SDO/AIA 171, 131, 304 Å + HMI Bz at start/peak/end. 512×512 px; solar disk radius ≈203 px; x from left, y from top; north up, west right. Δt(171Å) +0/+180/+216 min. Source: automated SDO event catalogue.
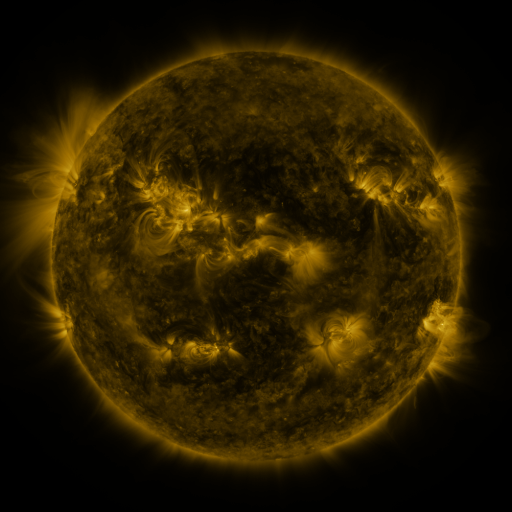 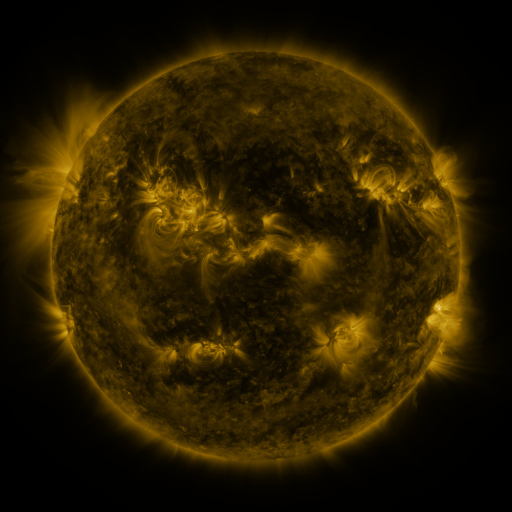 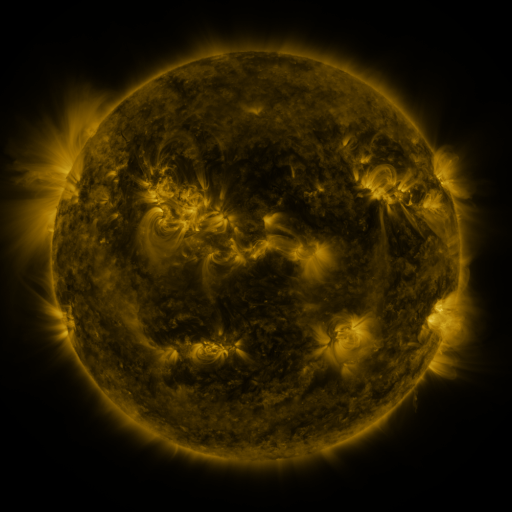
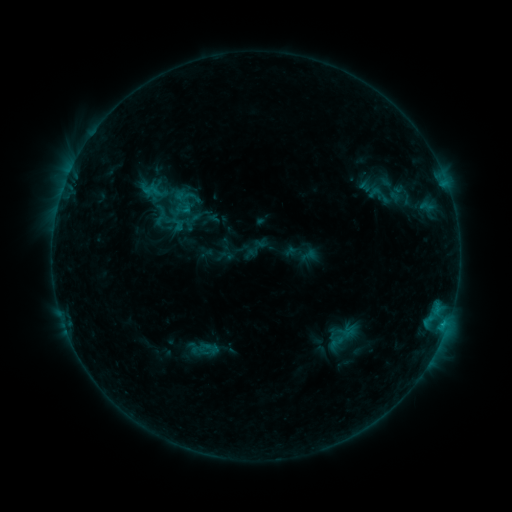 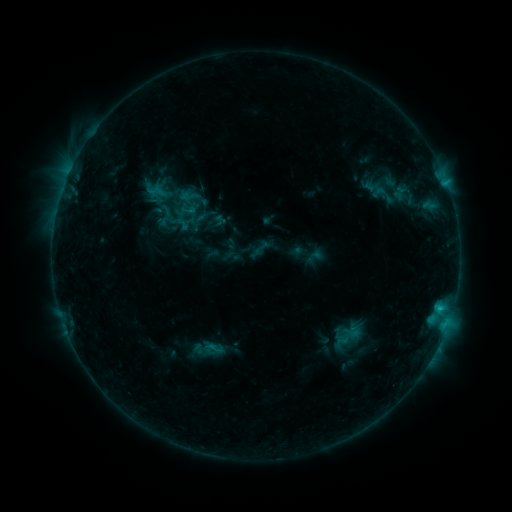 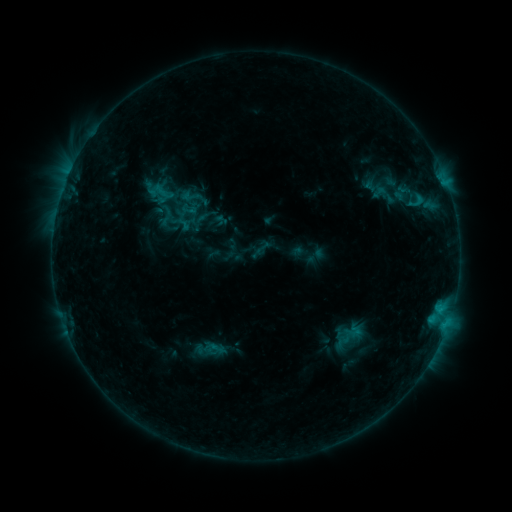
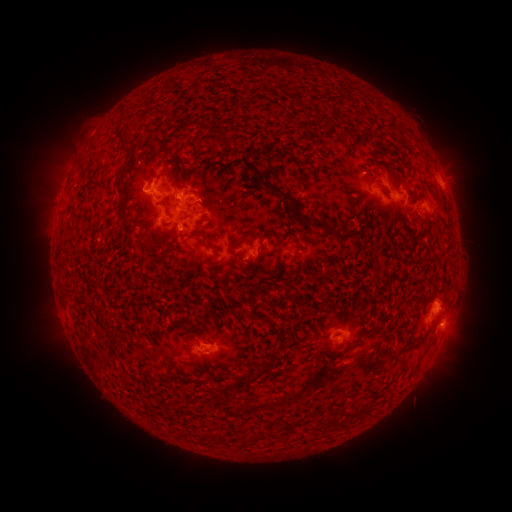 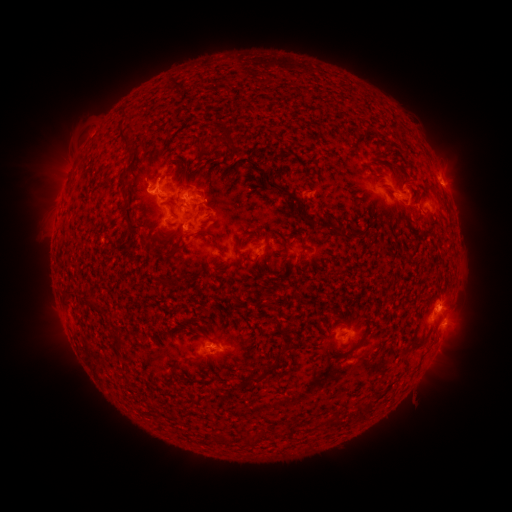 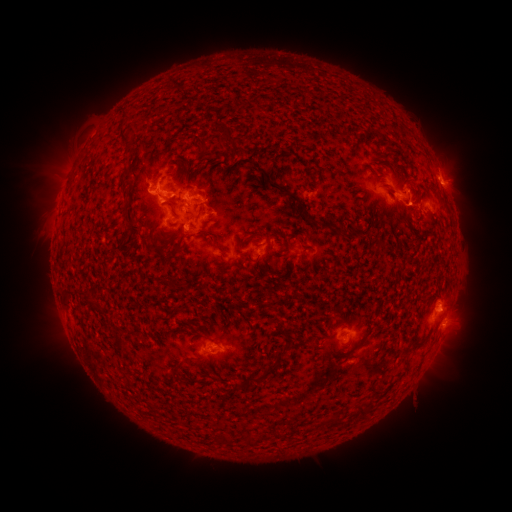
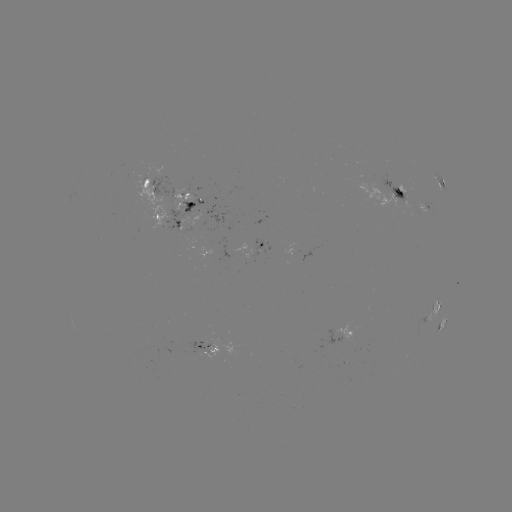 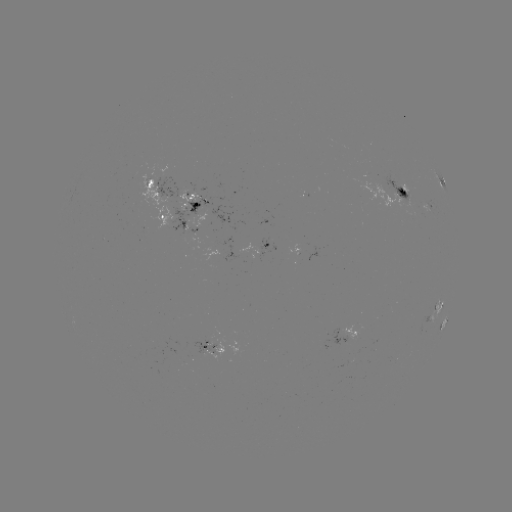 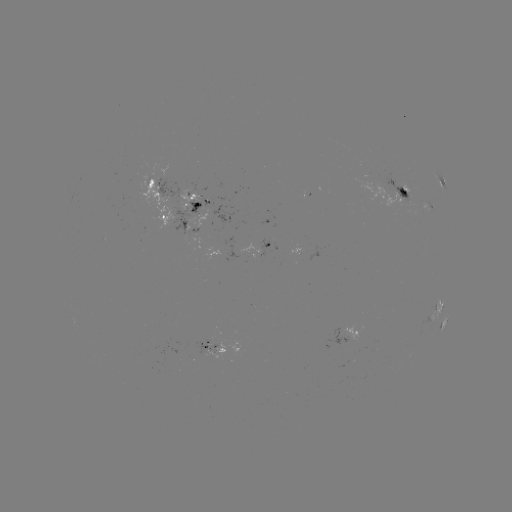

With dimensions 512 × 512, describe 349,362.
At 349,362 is emerging-flux region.